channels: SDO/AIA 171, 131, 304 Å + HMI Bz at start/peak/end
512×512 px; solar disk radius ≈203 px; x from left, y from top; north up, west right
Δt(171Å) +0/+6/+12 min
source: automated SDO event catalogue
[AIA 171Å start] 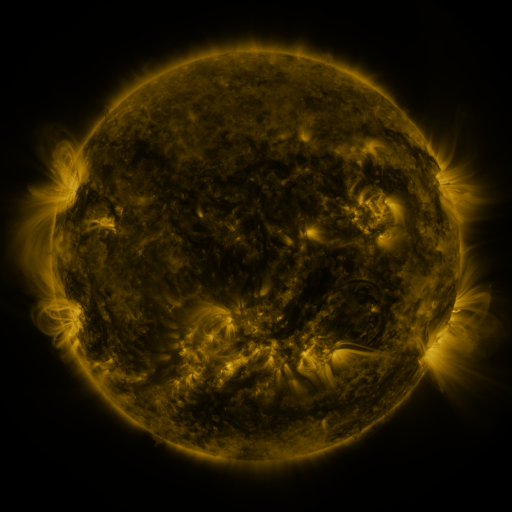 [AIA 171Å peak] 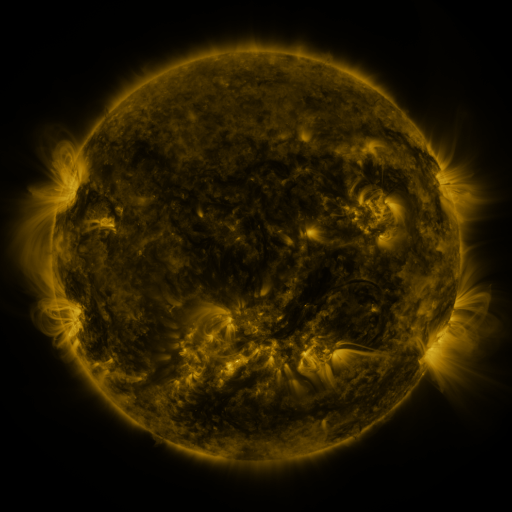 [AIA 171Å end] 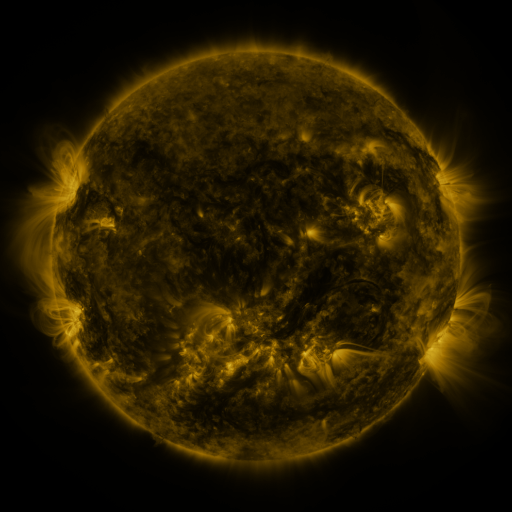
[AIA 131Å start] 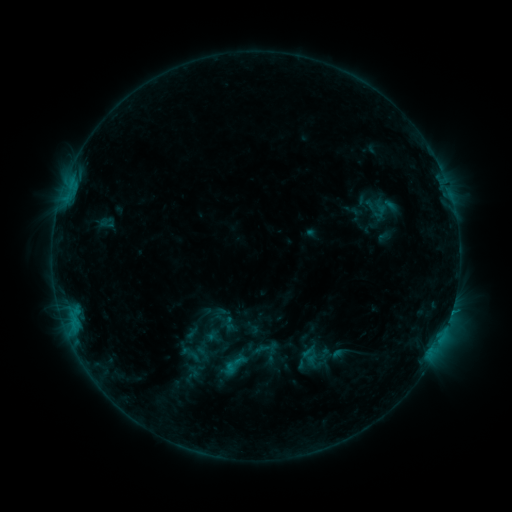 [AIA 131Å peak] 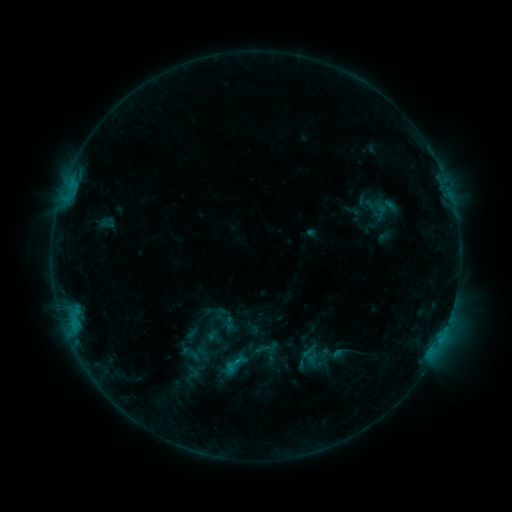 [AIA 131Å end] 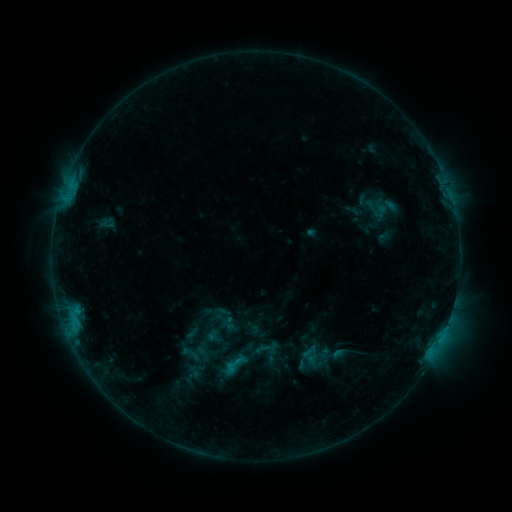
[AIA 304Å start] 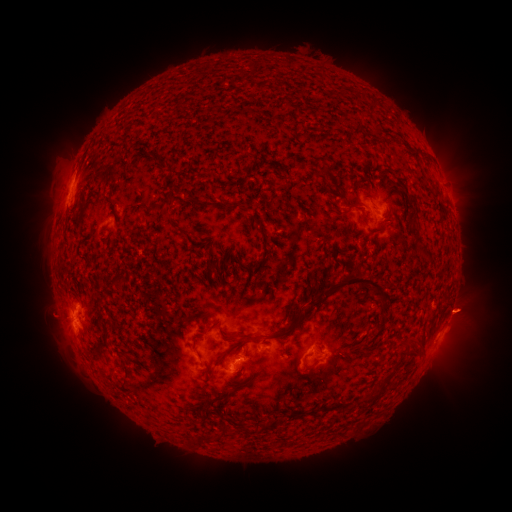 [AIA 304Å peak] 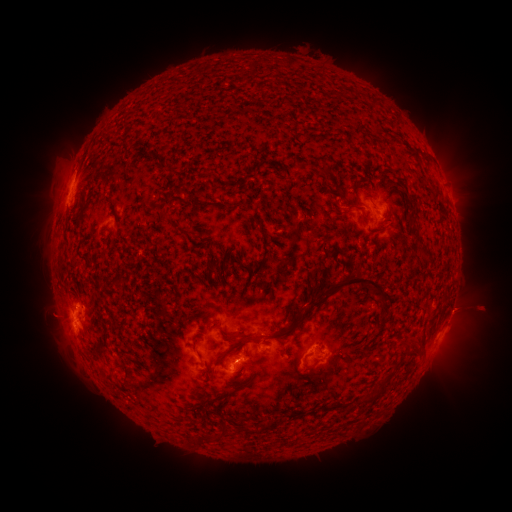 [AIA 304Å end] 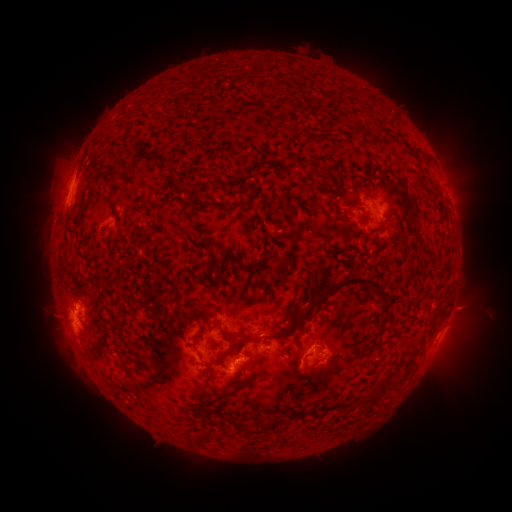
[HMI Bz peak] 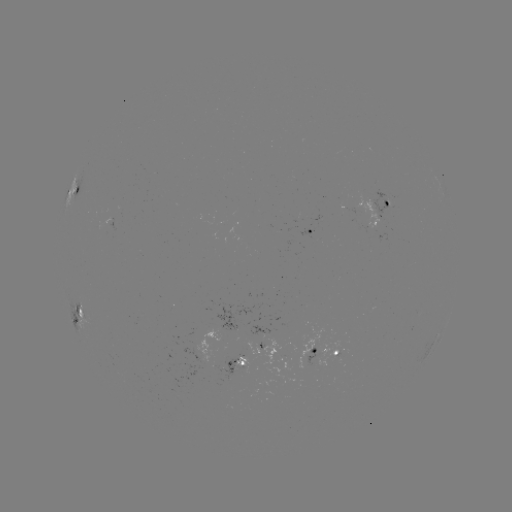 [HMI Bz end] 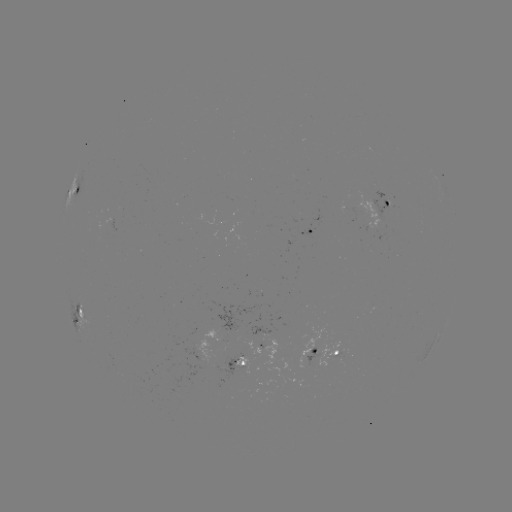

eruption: [435, 280, 509, 342]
